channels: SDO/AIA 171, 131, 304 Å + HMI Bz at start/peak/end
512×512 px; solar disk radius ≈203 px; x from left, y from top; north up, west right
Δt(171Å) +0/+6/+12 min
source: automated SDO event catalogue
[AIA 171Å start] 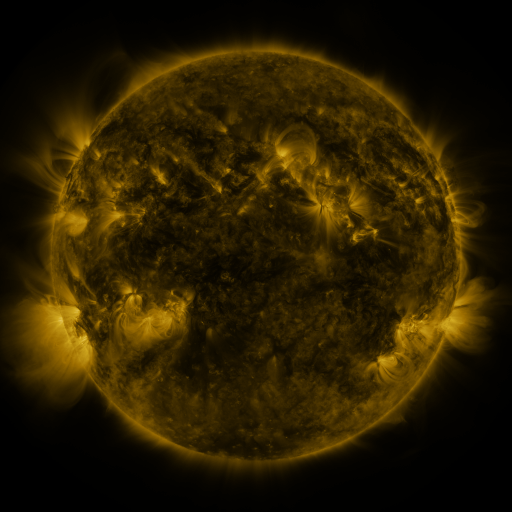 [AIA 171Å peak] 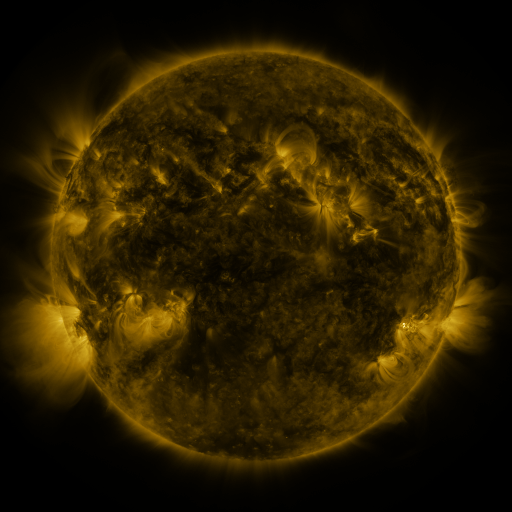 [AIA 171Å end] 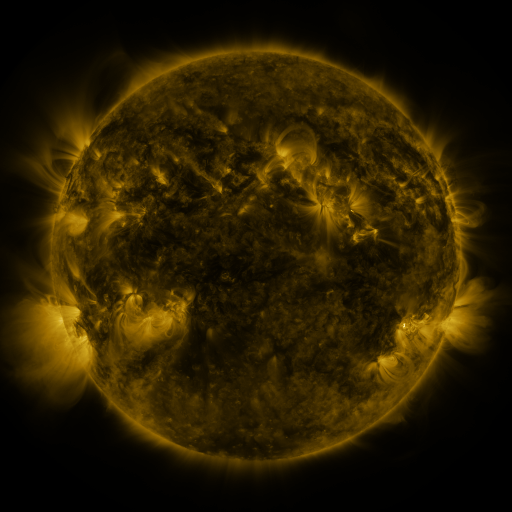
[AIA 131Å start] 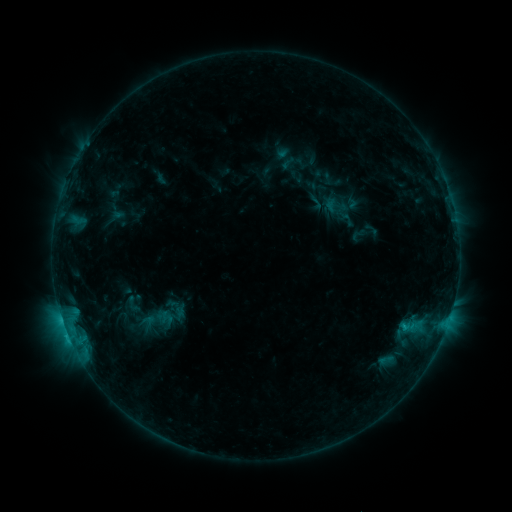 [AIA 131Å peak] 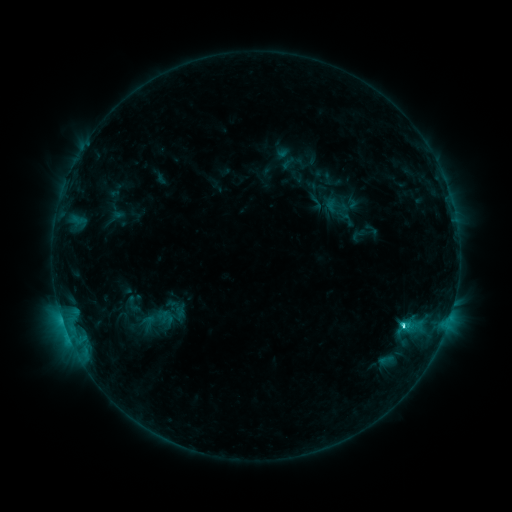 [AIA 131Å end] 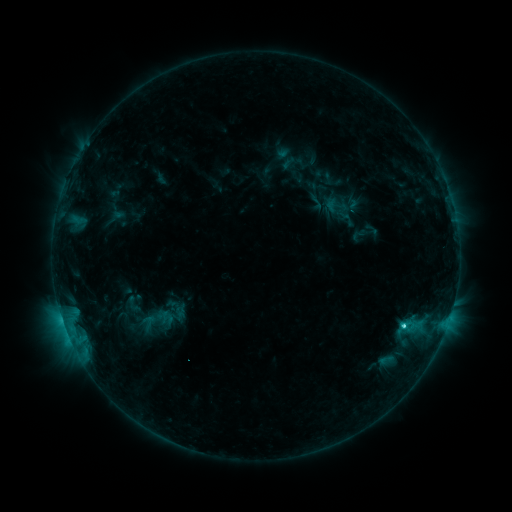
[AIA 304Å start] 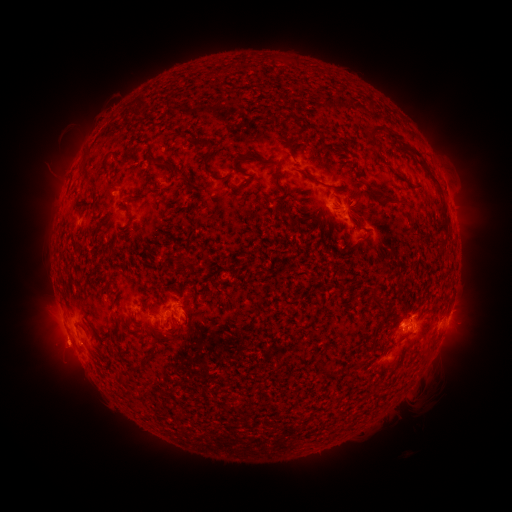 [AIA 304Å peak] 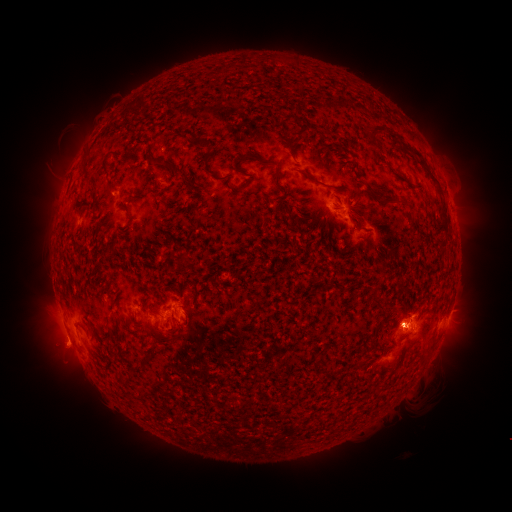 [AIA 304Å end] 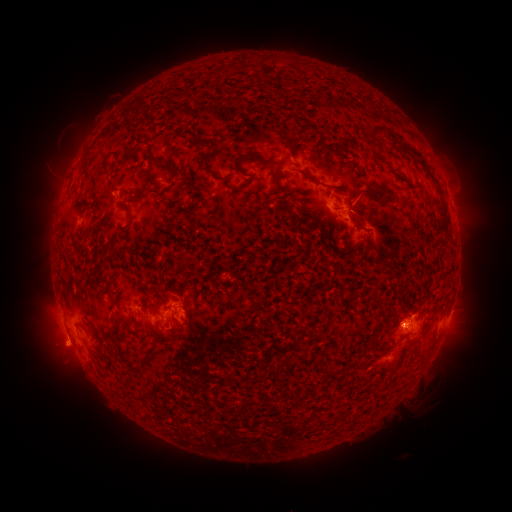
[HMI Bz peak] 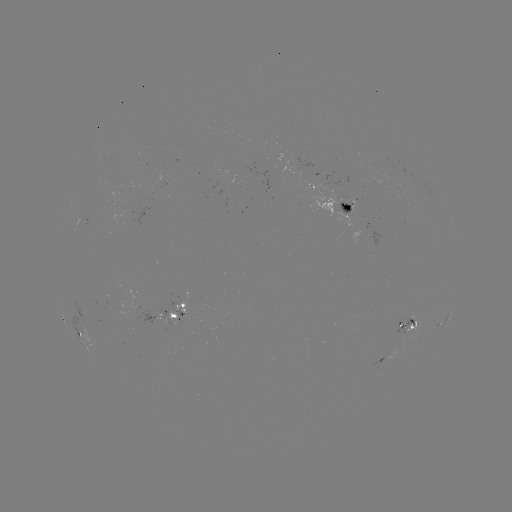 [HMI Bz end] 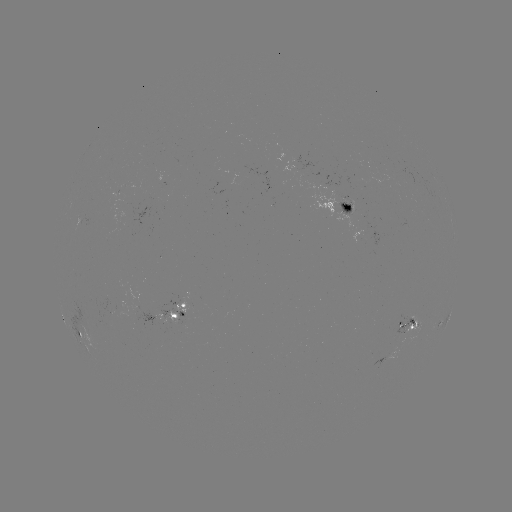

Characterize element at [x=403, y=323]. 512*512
C2.5 flare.